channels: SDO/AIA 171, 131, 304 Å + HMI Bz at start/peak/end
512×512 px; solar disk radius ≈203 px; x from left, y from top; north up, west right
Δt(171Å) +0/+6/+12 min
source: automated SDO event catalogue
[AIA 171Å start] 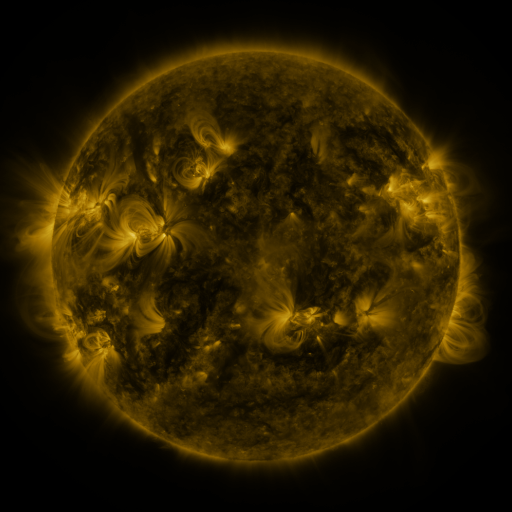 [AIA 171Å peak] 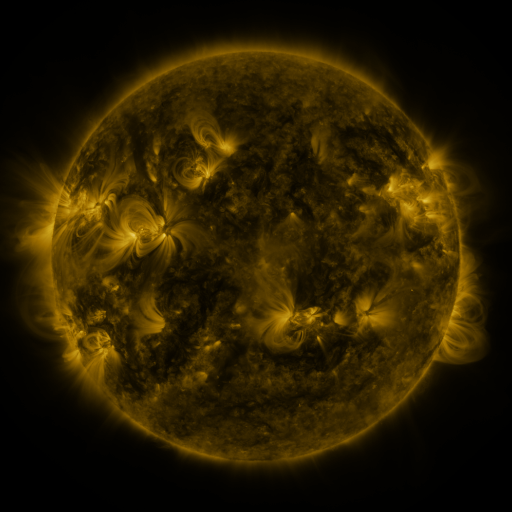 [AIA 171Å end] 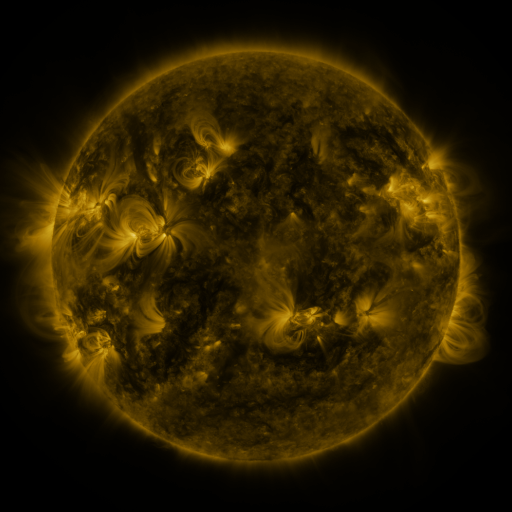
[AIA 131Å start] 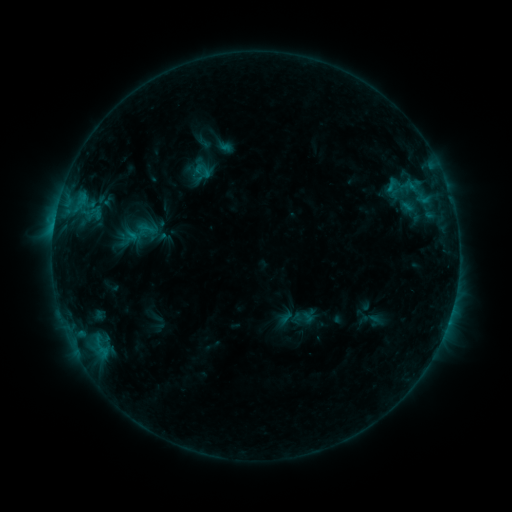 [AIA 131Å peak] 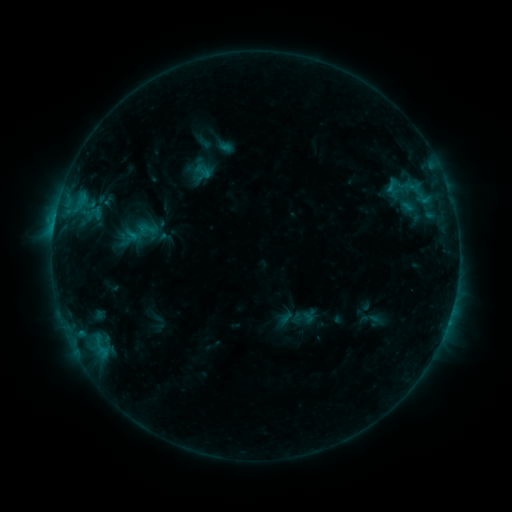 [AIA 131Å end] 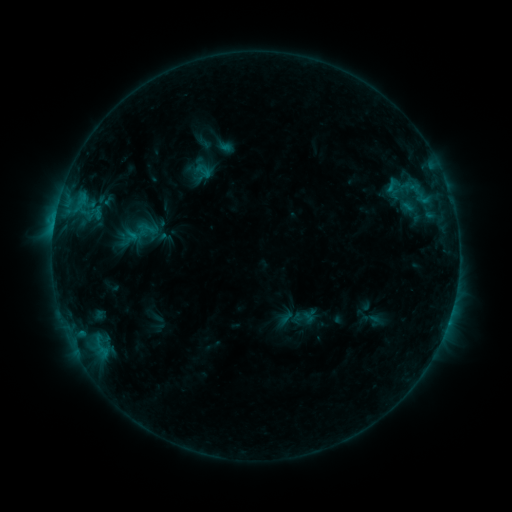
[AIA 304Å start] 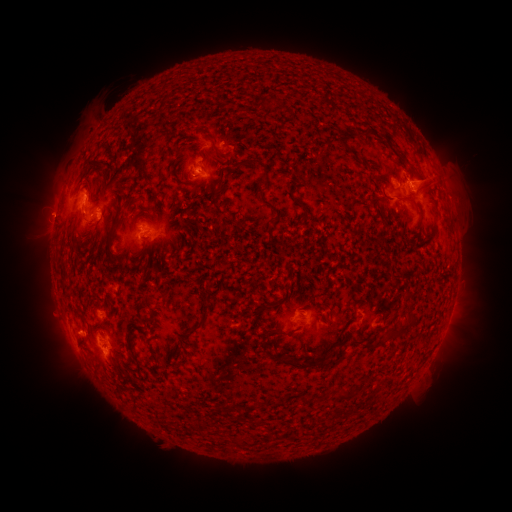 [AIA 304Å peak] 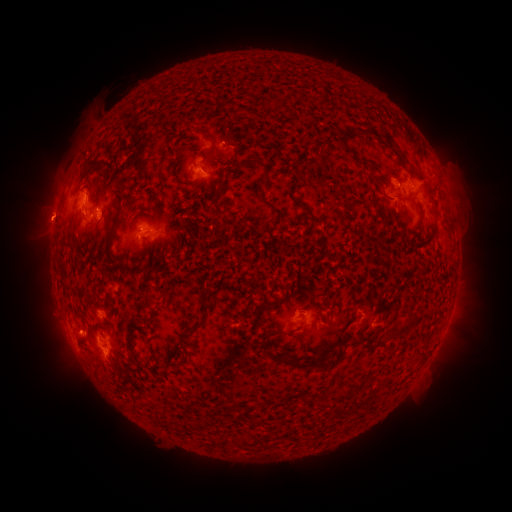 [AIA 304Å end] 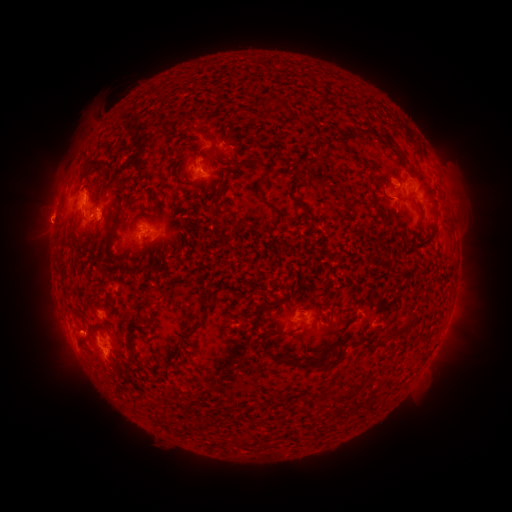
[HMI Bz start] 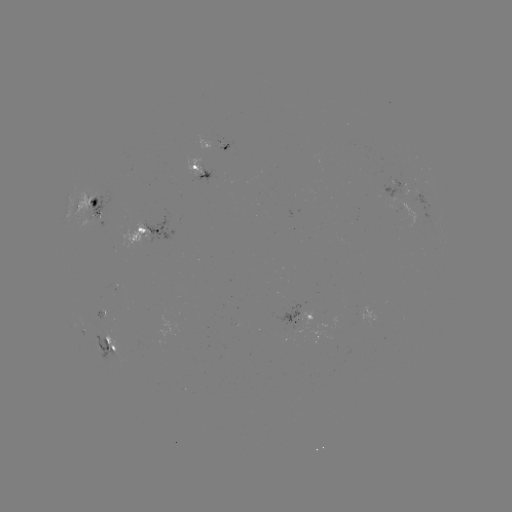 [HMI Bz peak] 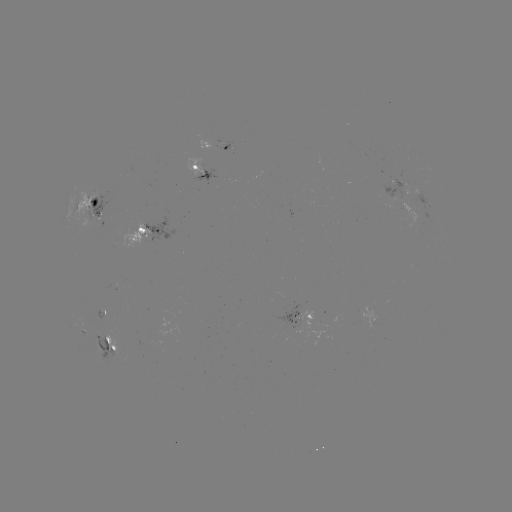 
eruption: (15, 165, 78, 251)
